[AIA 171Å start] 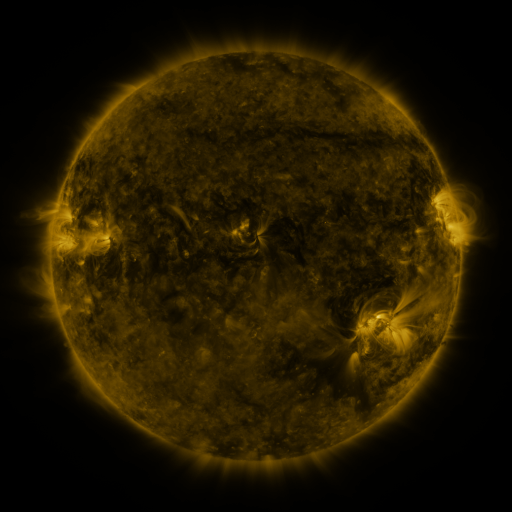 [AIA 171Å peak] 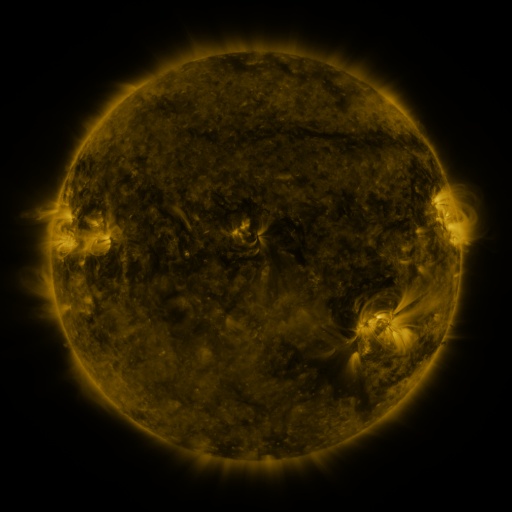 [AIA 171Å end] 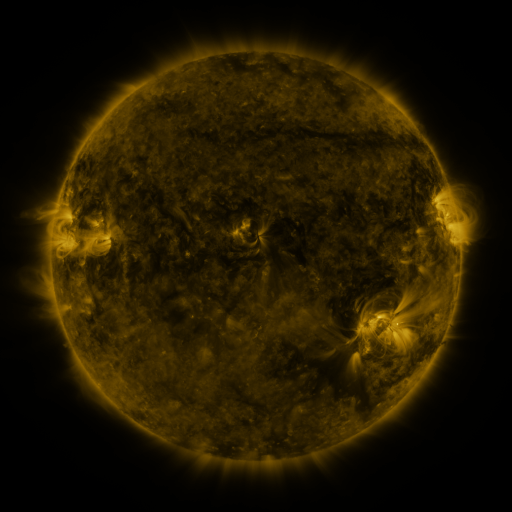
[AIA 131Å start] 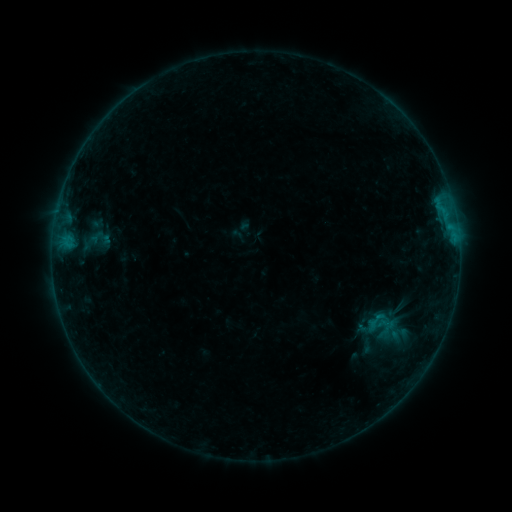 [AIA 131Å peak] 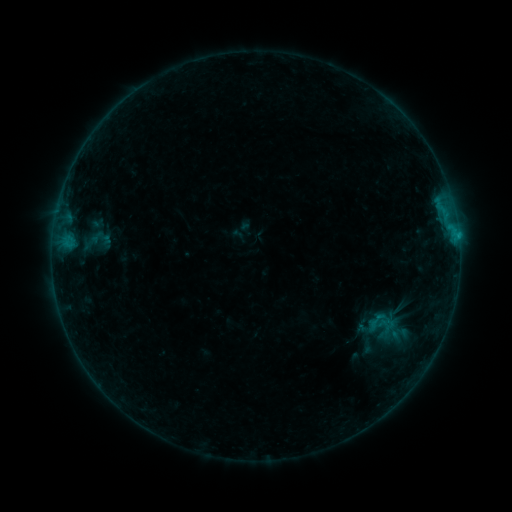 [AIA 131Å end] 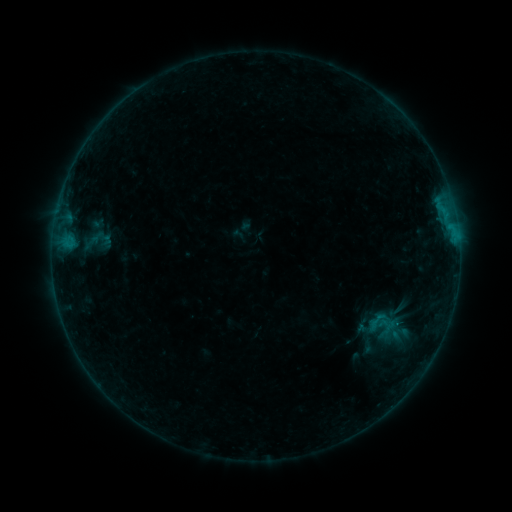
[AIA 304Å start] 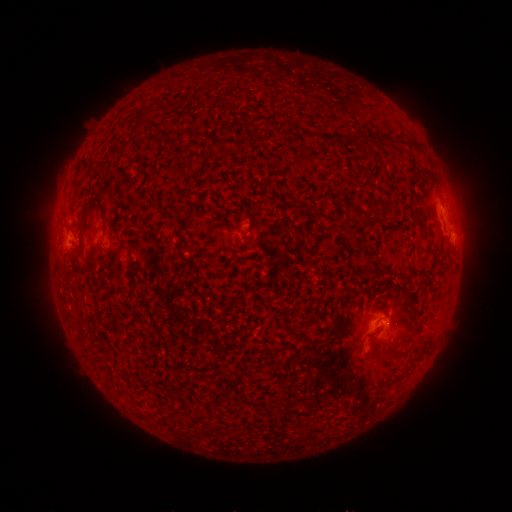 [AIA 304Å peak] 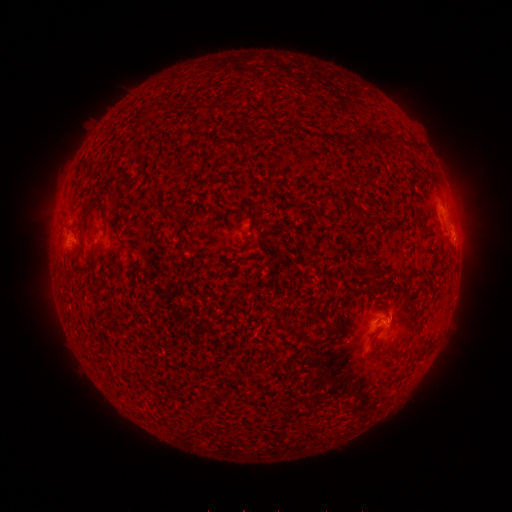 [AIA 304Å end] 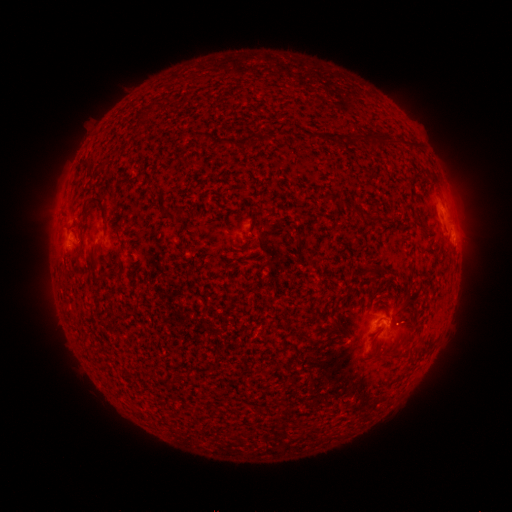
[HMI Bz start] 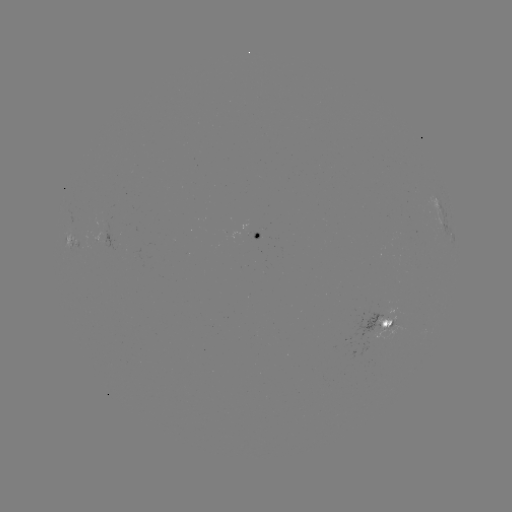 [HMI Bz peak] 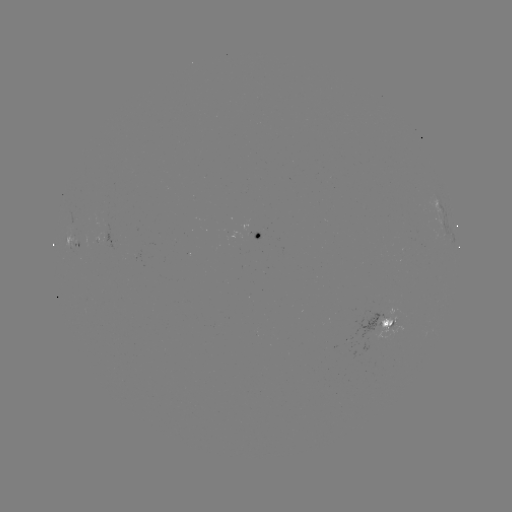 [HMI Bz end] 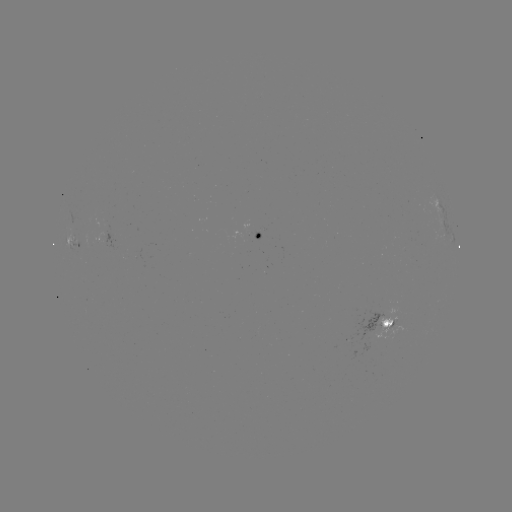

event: flare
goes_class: B4.8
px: (455, 238)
